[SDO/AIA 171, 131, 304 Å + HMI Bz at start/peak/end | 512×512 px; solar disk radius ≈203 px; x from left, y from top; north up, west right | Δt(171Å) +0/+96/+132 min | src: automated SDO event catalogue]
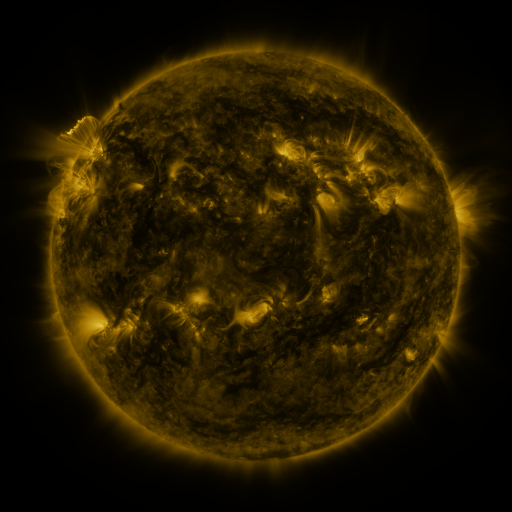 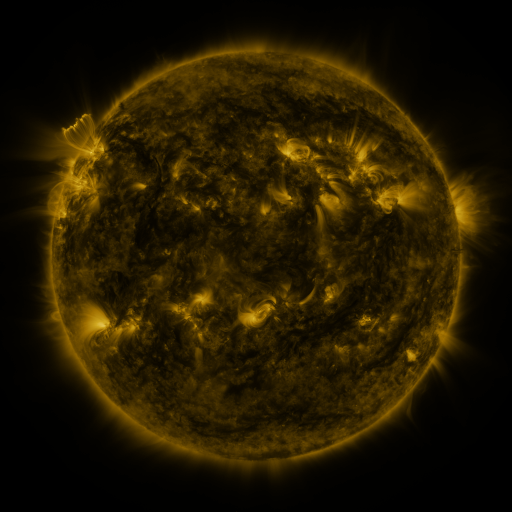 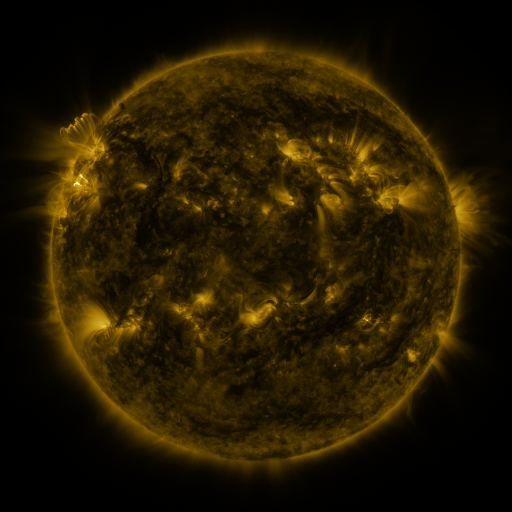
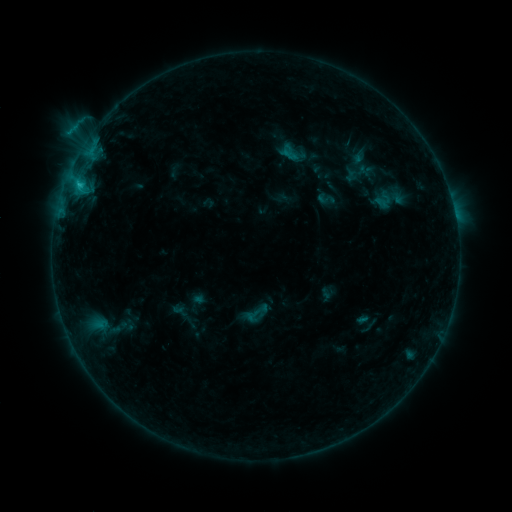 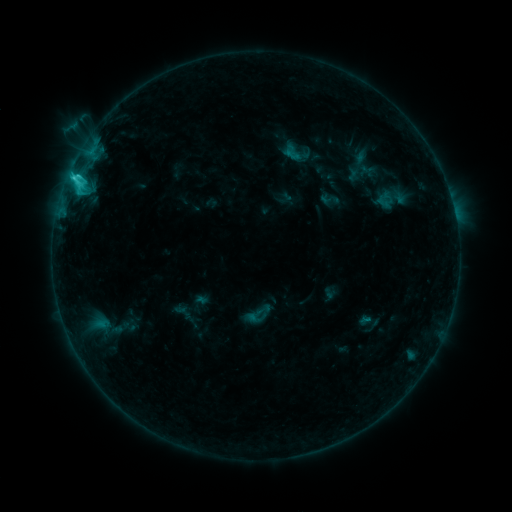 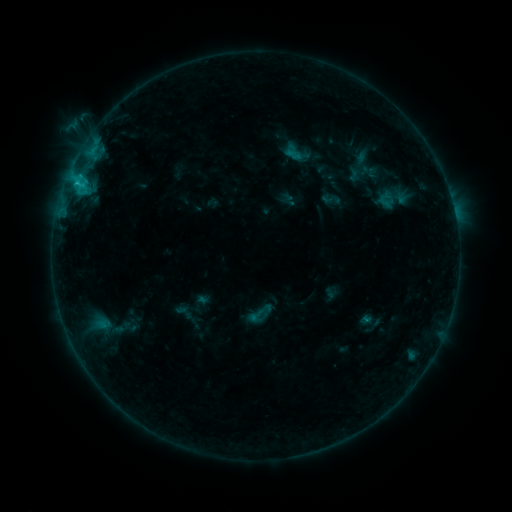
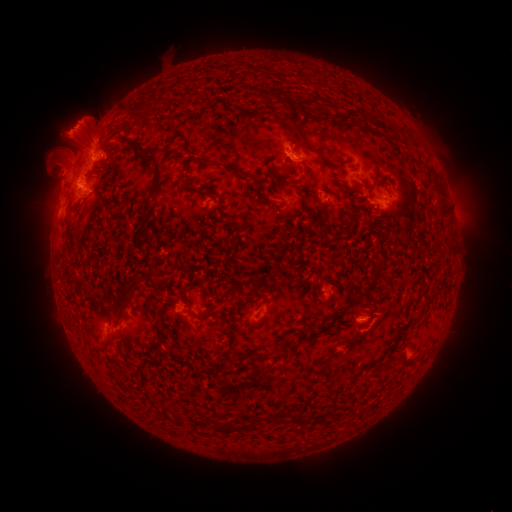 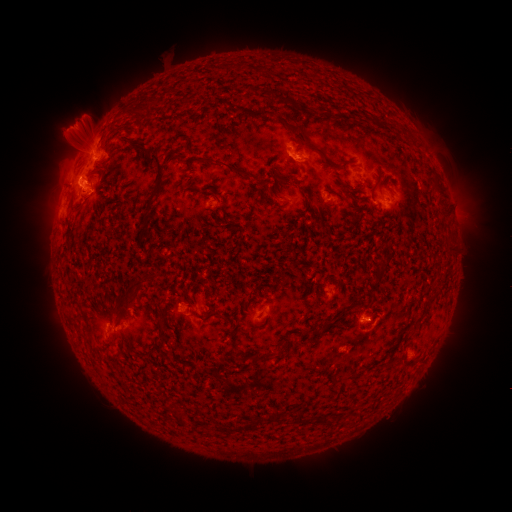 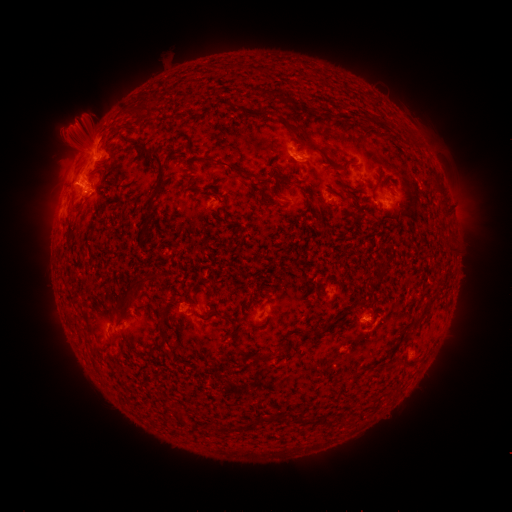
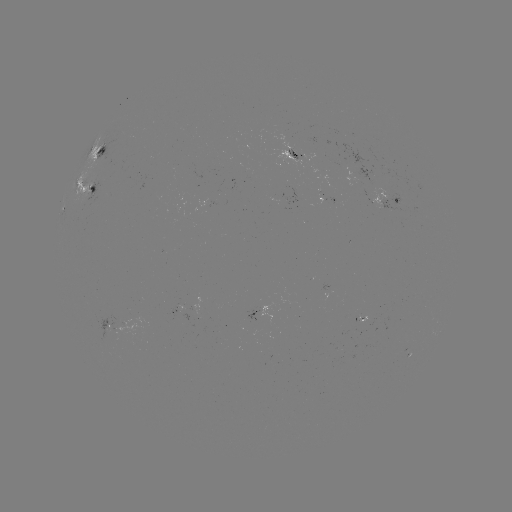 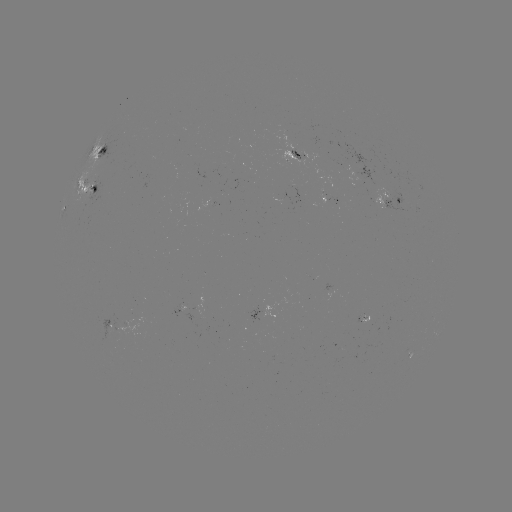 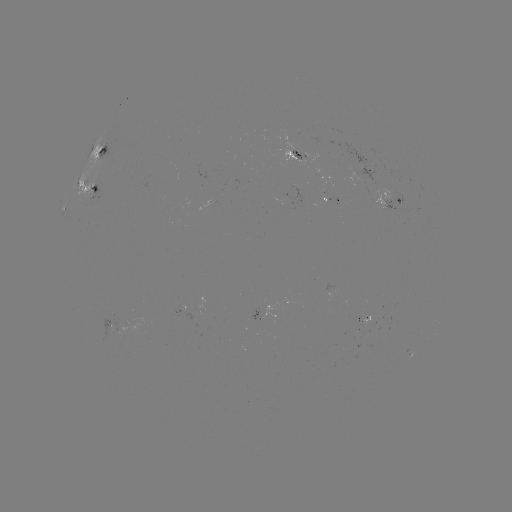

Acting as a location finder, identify emerging-flux region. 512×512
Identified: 372,320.